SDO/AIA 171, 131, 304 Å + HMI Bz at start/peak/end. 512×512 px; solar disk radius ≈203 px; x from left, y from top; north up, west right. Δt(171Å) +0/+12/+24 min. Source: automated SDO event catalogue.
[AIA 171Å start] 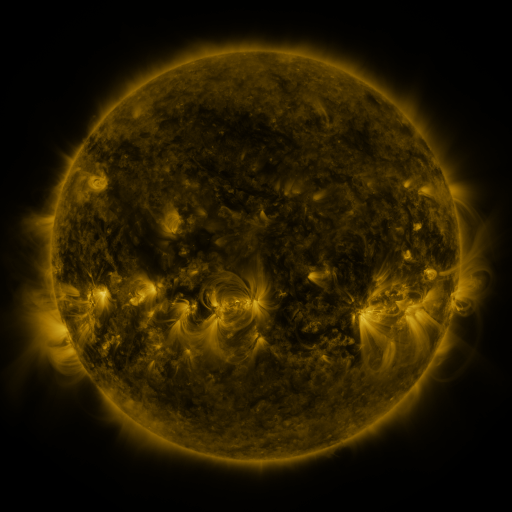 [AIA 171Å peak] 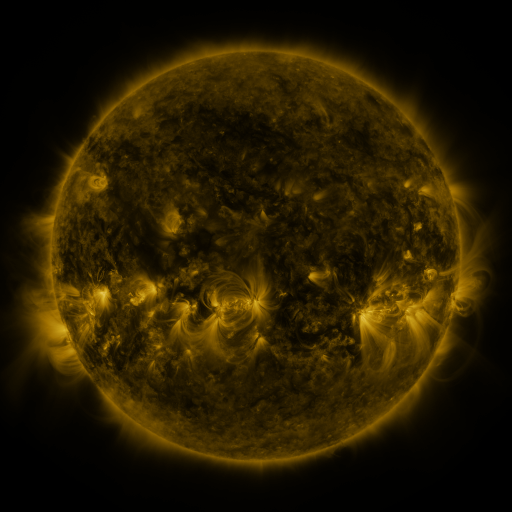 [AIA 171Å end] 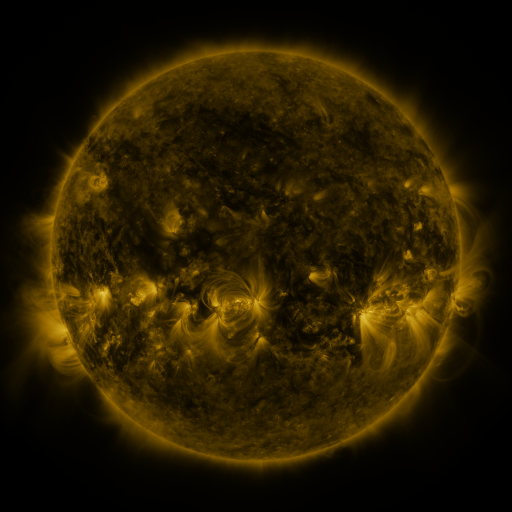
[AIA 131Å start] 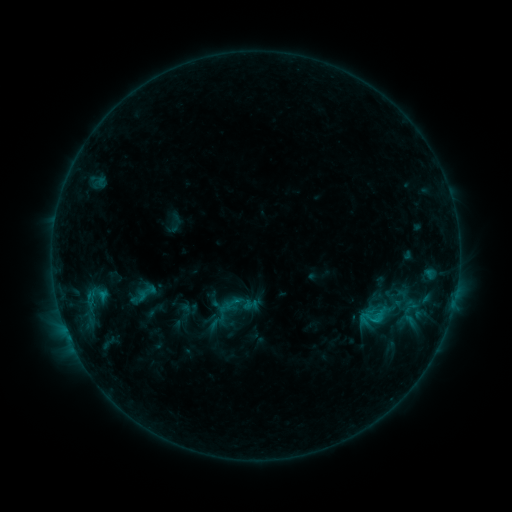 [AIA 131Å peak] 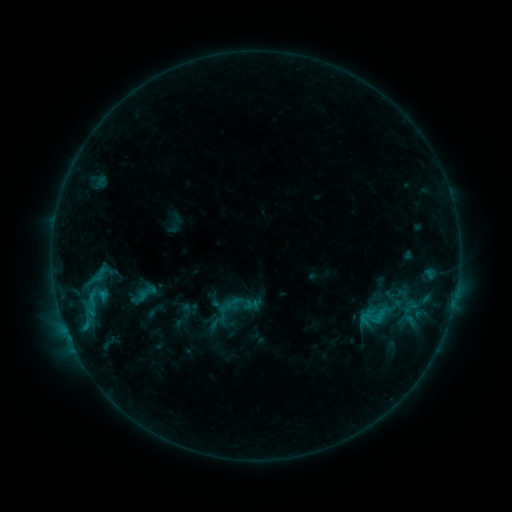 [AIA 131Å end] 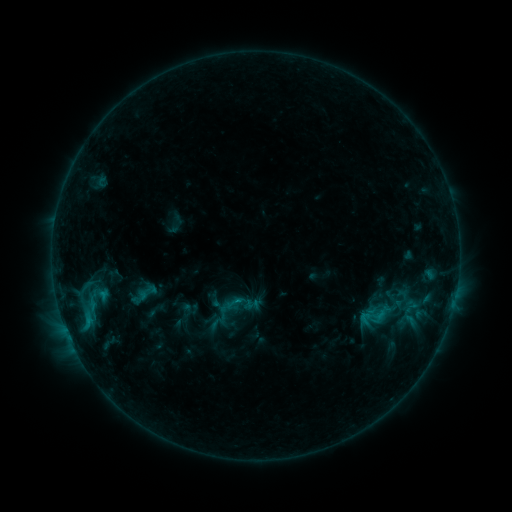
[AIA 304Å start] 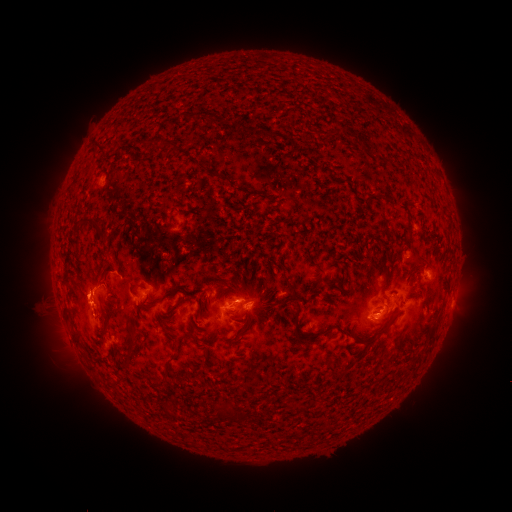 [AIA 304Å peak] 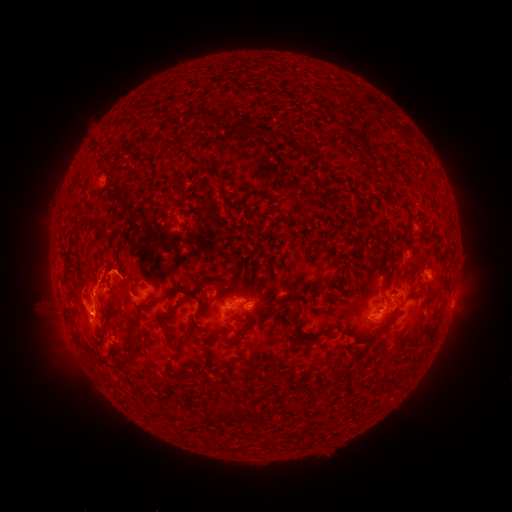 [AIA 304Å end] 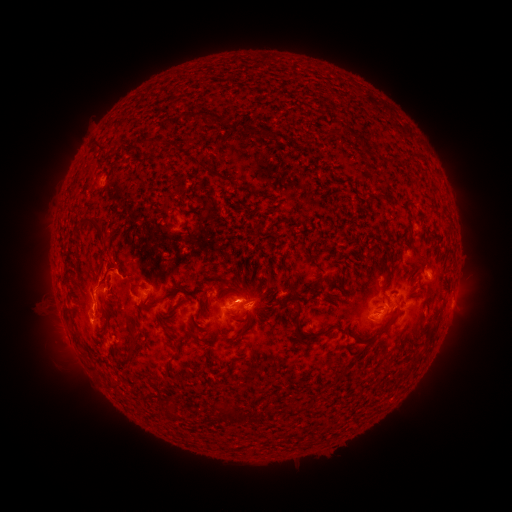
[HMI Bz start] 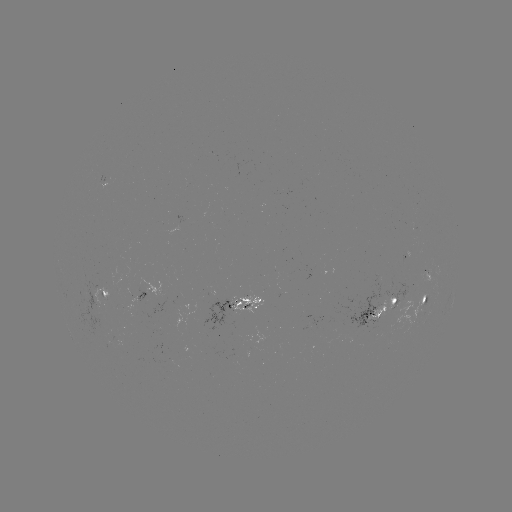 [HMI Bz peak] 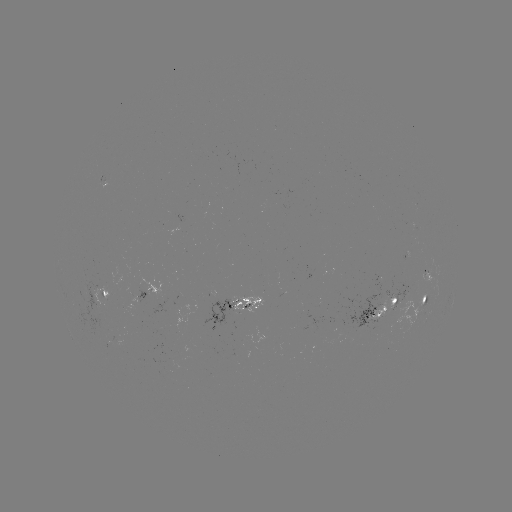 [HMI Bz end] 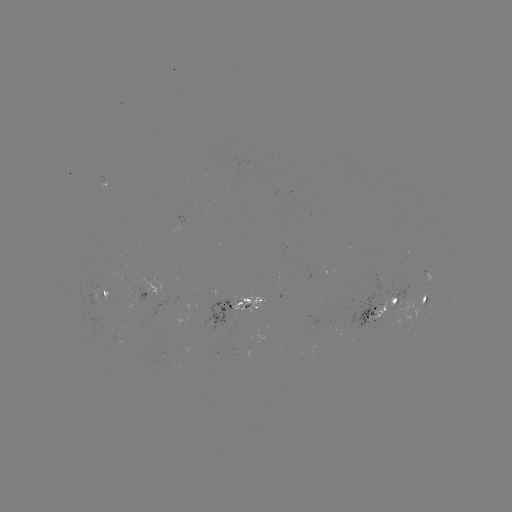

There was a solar eruption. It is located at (82, 312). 